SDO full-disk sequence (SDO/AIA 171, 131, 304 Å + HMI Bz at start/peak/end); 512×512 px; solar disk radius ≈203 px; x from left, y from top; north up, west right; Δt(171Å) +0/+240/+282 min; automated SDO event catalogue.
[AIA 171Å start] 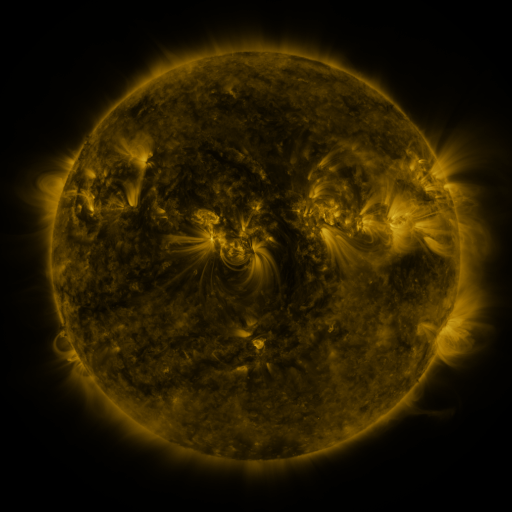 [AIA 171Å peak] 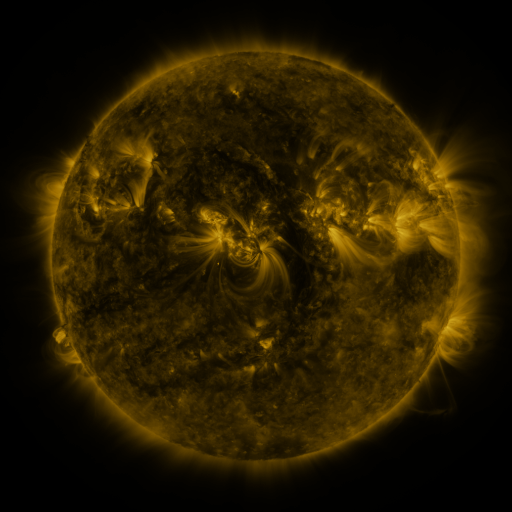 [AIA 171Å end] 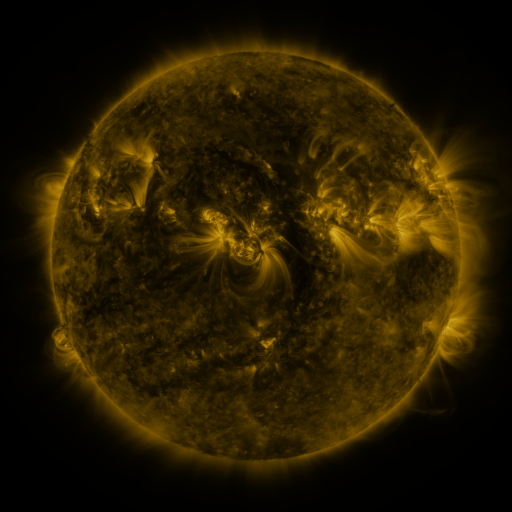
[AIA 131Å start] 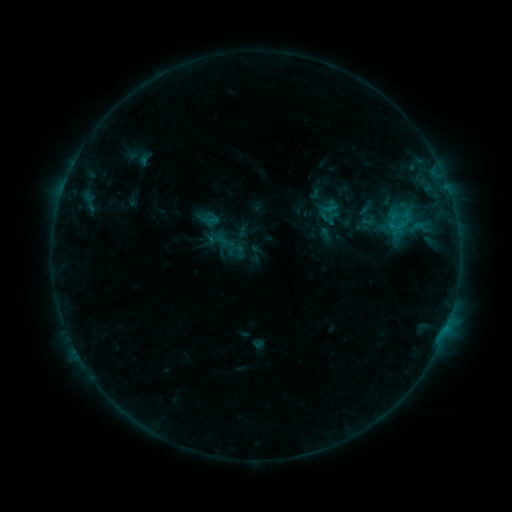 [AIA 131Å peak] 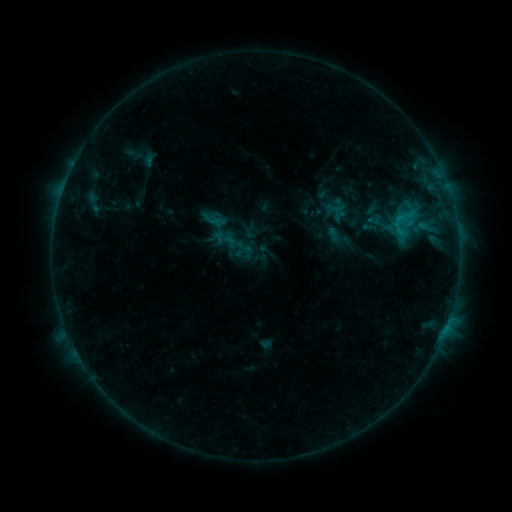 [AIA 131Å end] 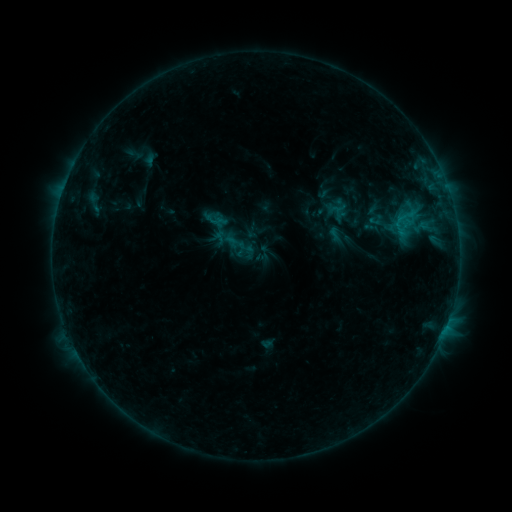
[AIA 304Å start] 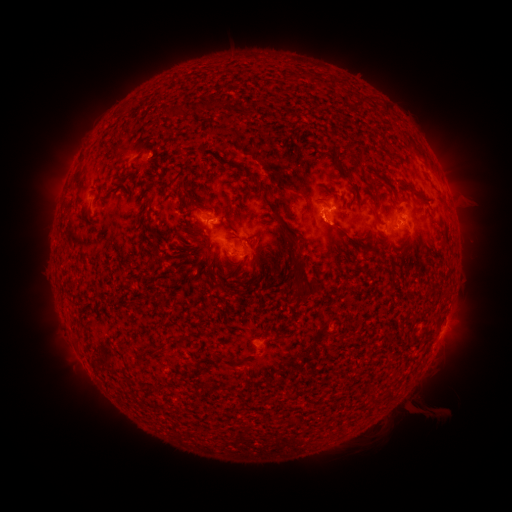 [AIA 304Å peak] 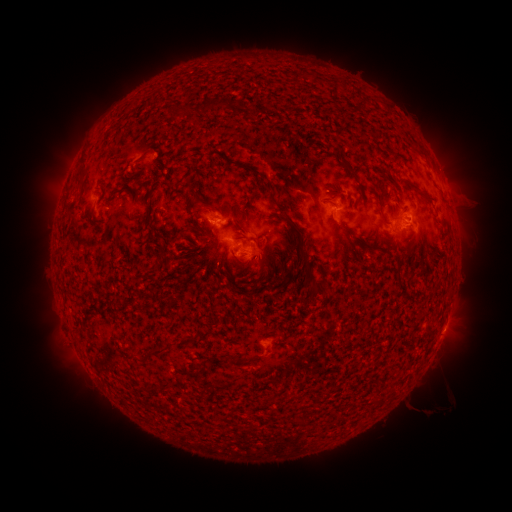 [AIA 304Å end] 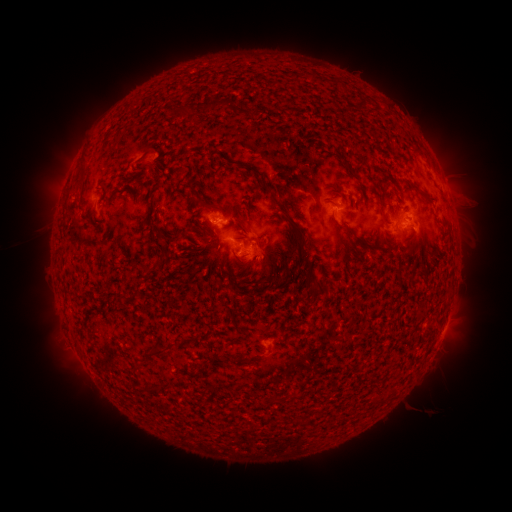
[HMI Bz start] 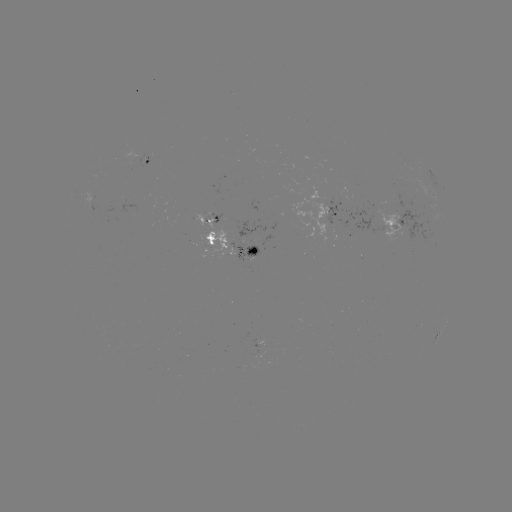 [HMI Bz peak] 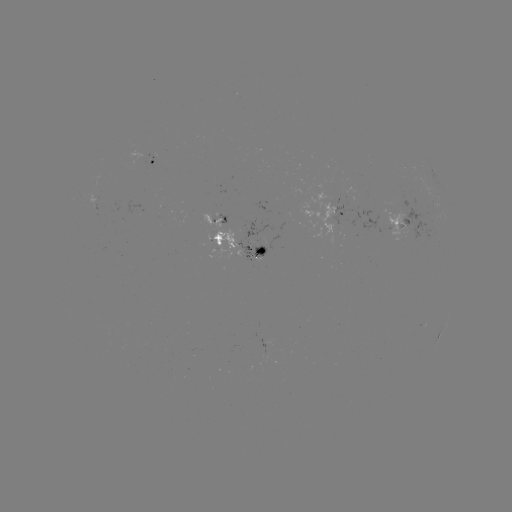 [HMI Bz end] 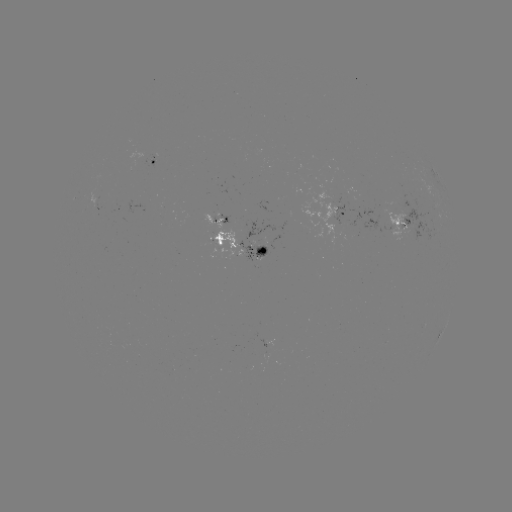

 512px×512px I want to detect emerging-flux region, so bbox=[88, 189, 98, 210].